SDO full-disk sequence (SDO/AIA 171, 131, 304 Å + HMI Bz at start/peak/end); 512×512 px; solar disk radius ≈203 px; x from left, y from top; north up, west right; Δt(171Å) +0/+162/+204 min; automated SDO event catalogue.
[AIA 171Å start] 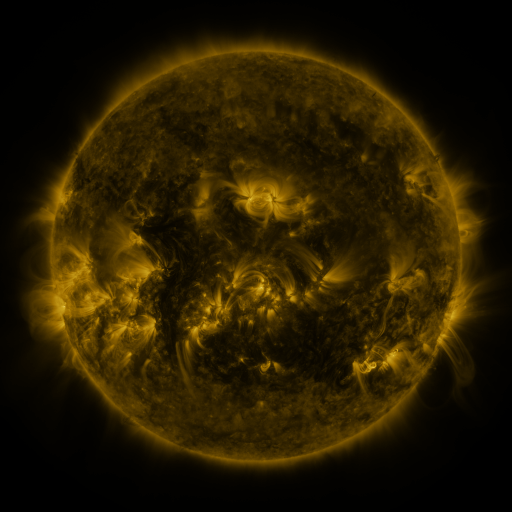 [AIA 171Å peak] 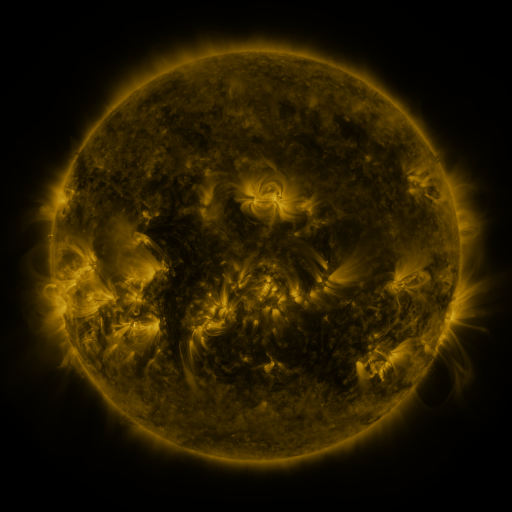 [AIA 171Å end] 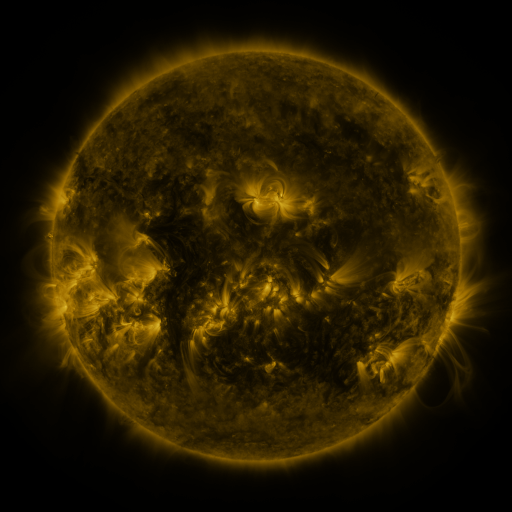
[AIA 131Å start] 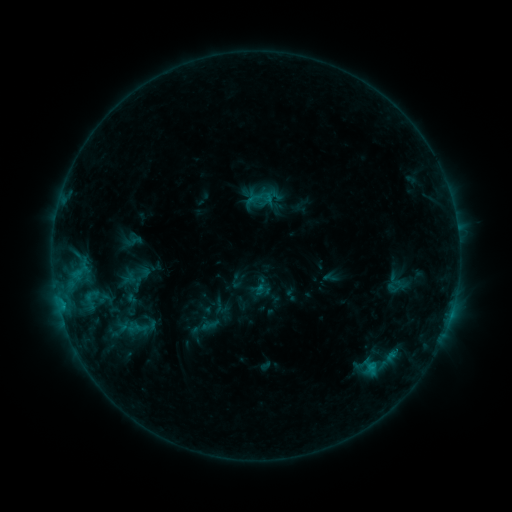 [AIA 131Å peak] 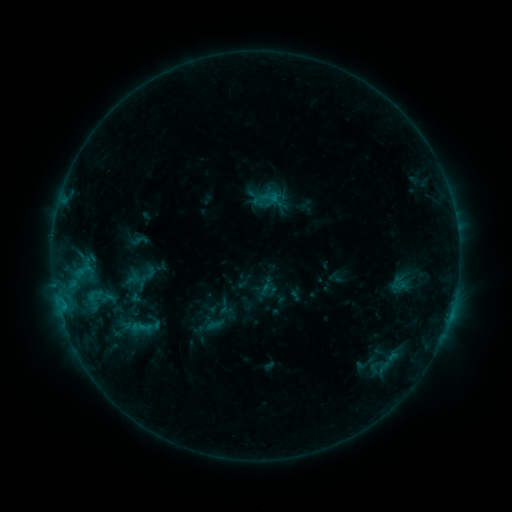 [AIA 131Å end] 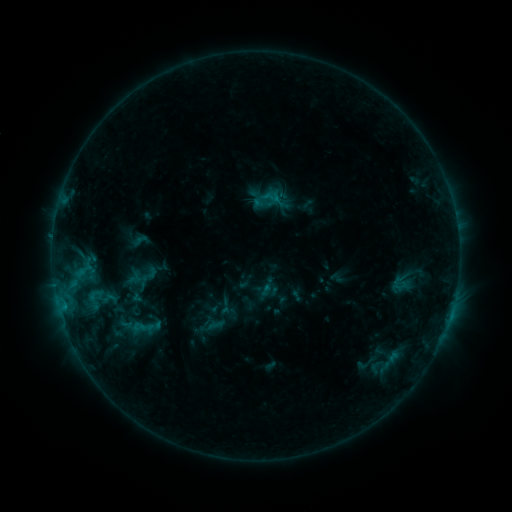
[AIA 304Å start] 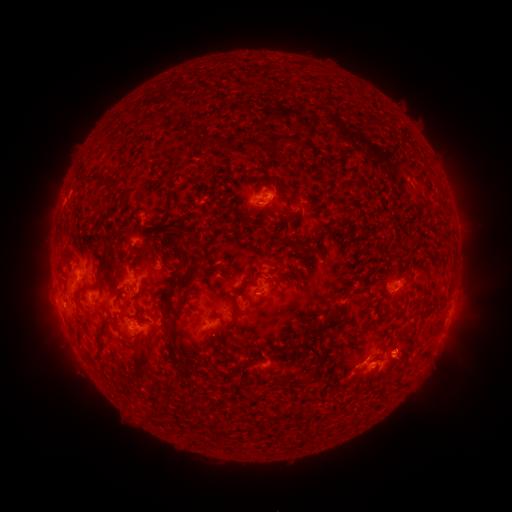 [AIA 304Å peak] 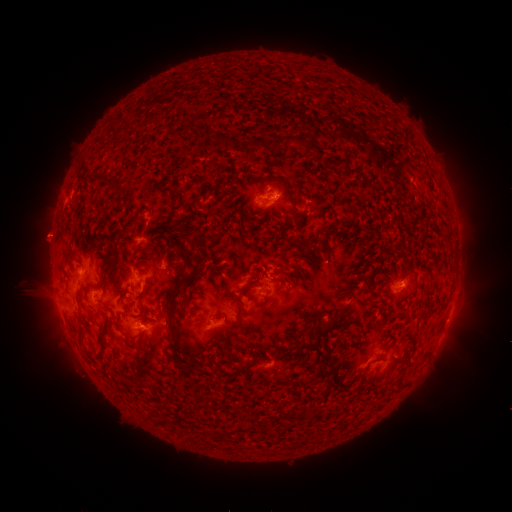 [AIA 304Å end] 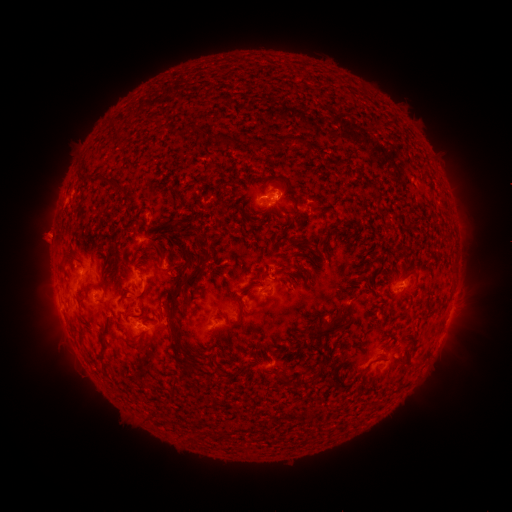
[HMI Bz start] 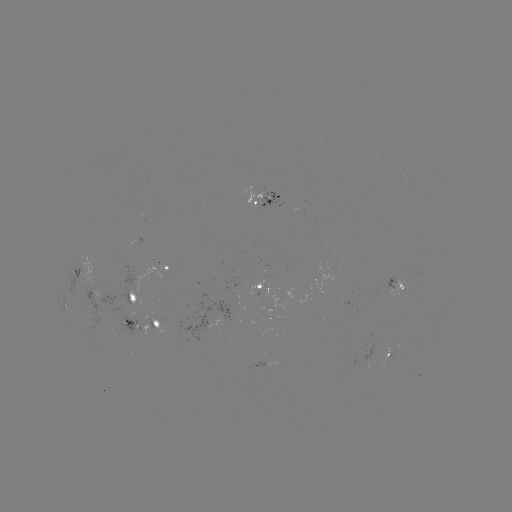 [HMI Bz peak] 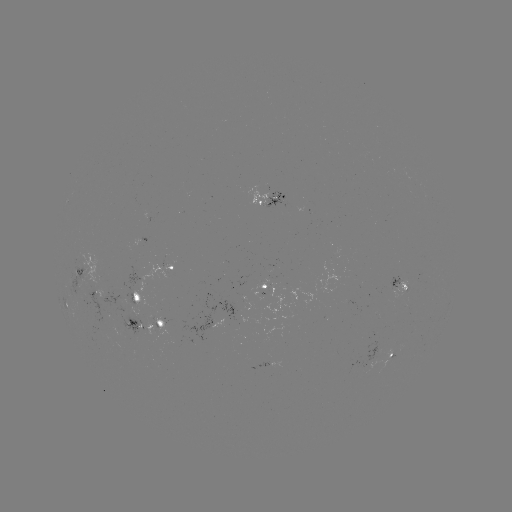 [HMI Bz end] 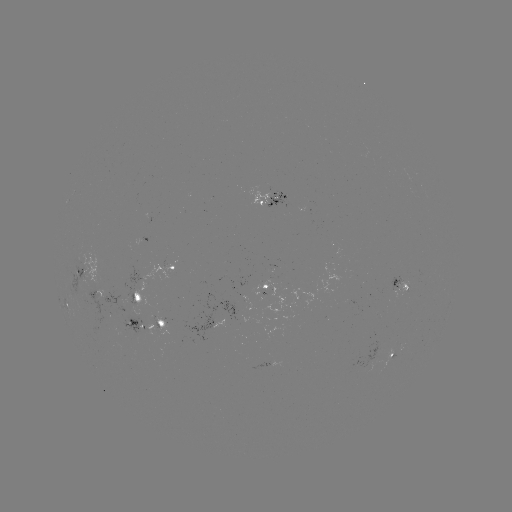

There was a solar emerging-flux region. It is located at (265, 283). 